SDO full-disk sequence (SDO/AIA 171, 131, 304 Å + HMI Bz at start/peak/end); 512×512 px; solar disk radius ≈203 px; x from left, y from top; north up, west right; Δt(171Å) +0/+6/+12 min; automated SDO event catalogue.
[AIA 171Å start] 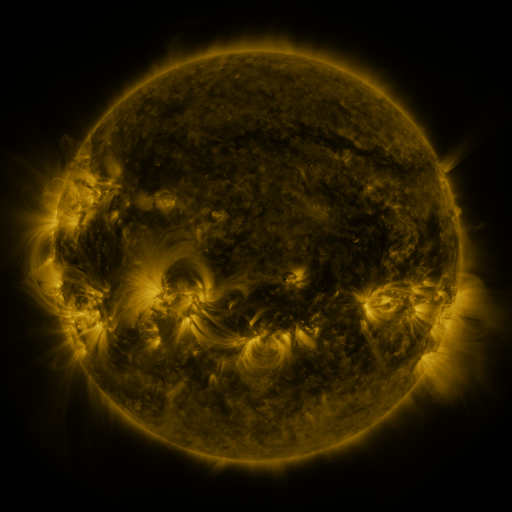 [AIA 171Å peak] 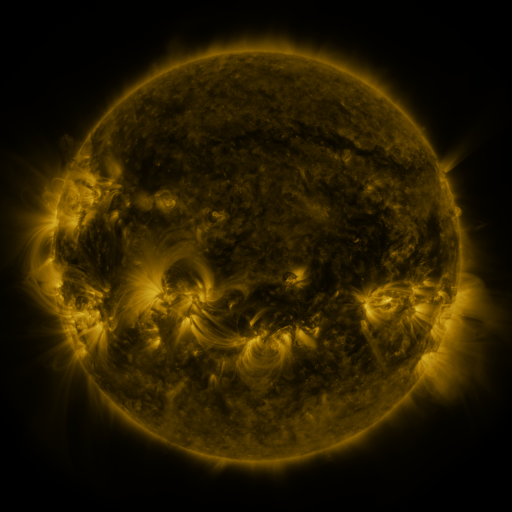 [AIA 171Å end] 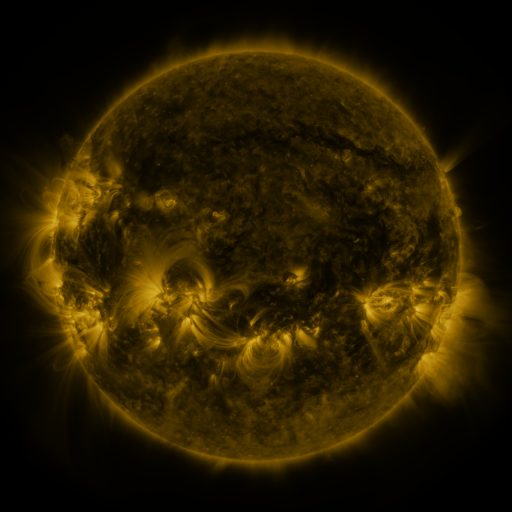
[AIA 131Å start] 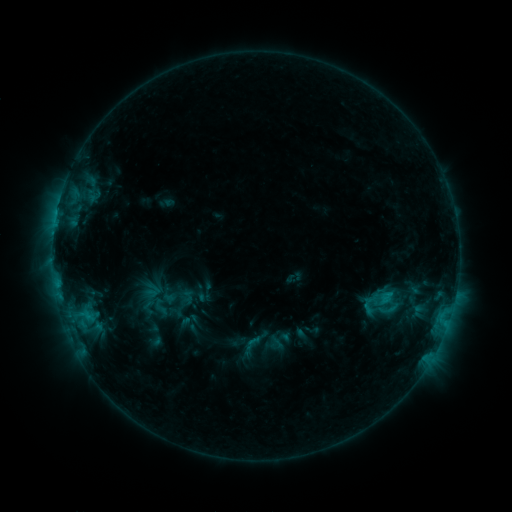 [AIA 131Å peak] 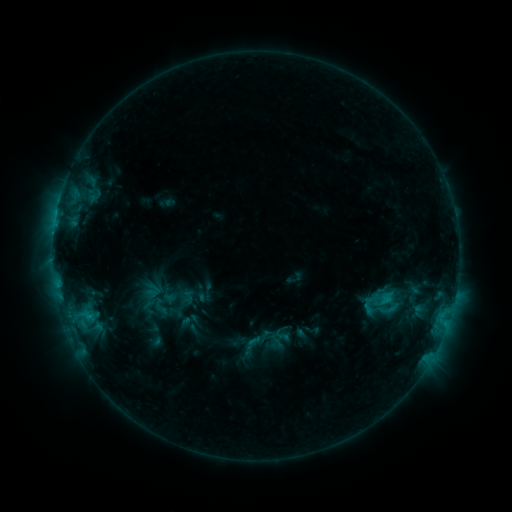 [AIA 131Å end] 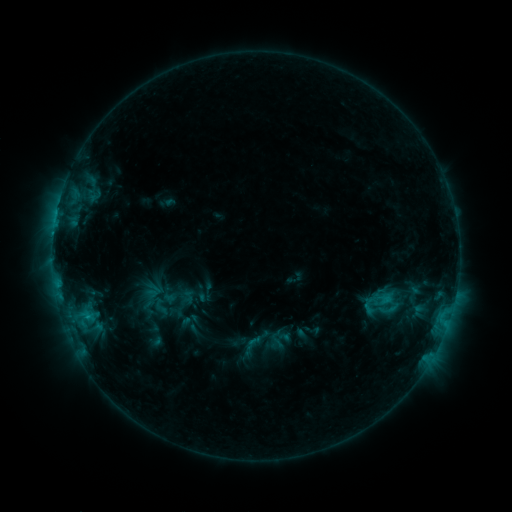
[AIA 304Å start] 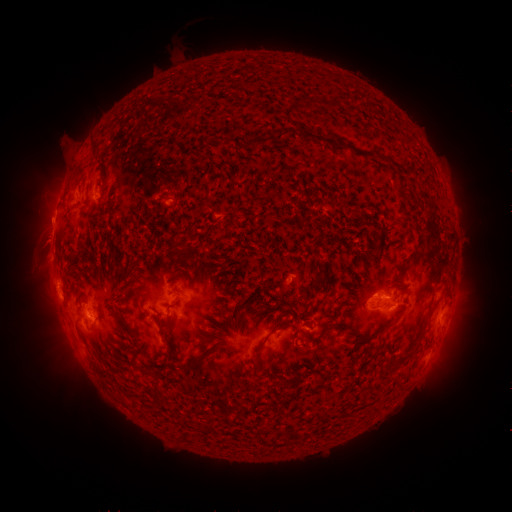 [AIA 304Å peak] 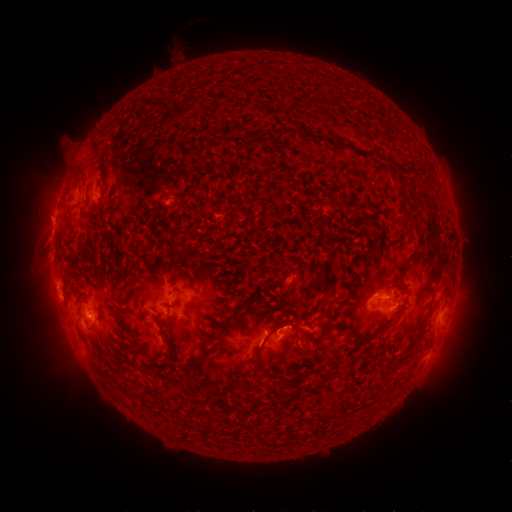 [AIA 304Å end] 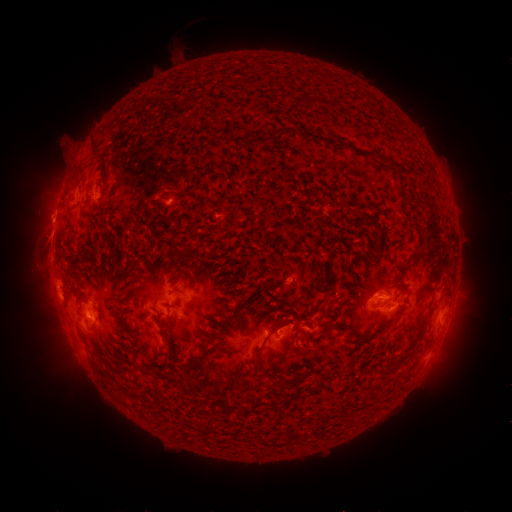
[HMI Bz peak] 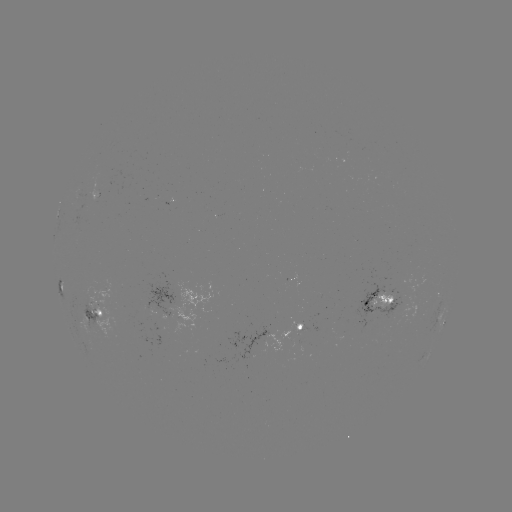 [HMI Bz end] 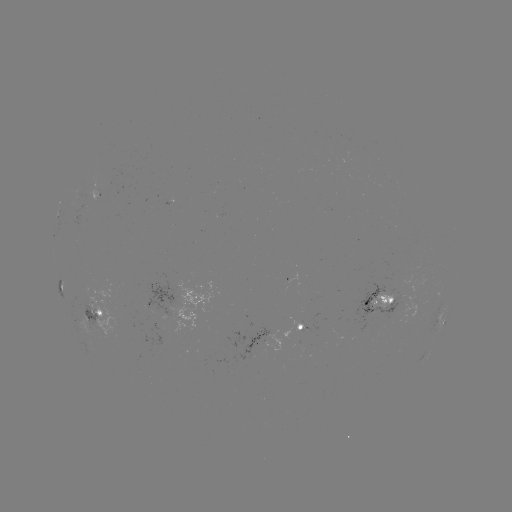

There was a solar eruption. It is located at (287, 323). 